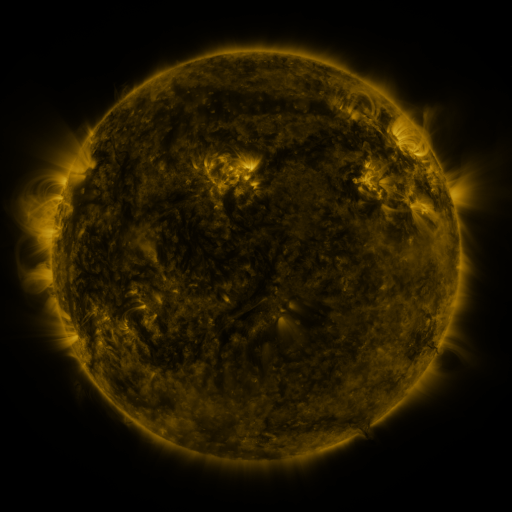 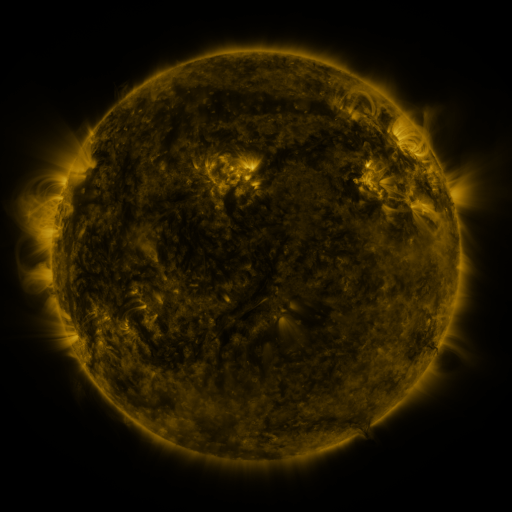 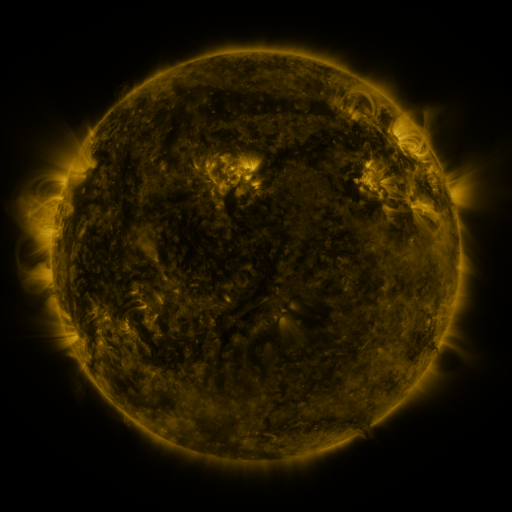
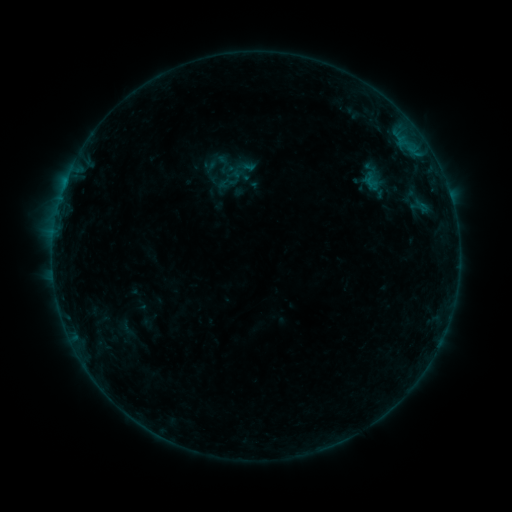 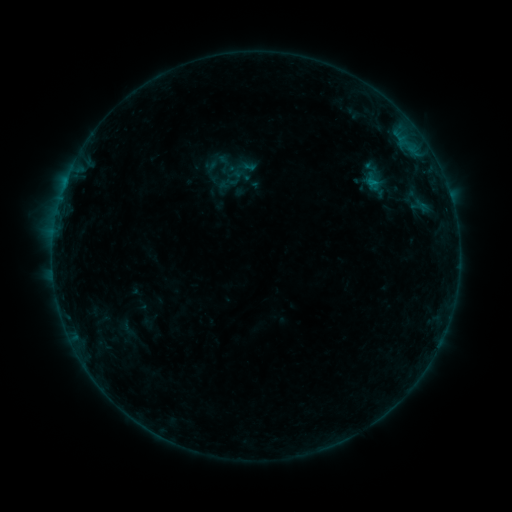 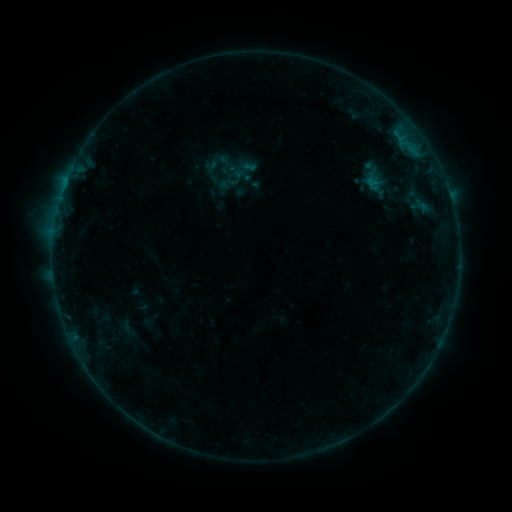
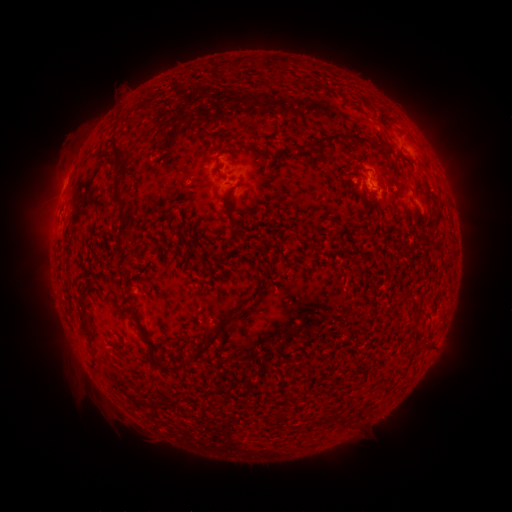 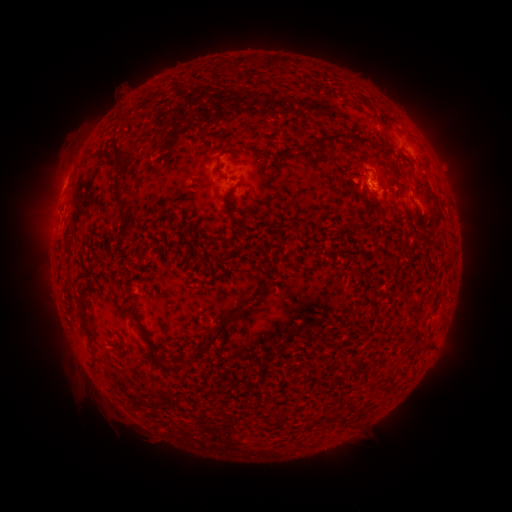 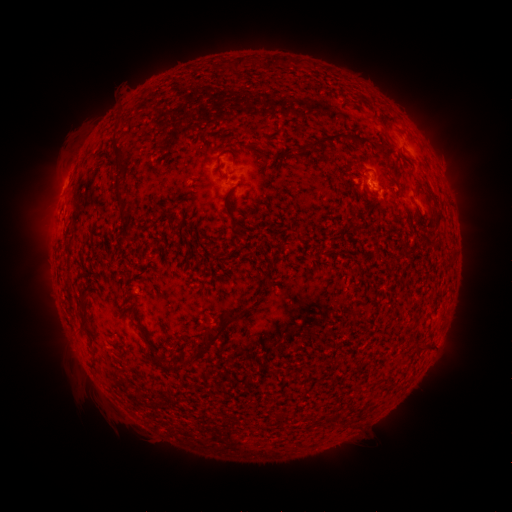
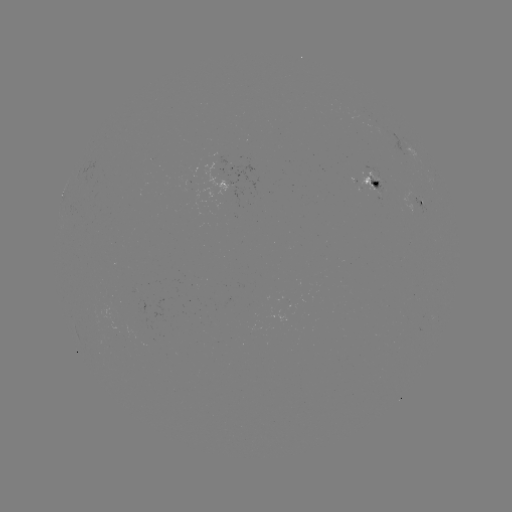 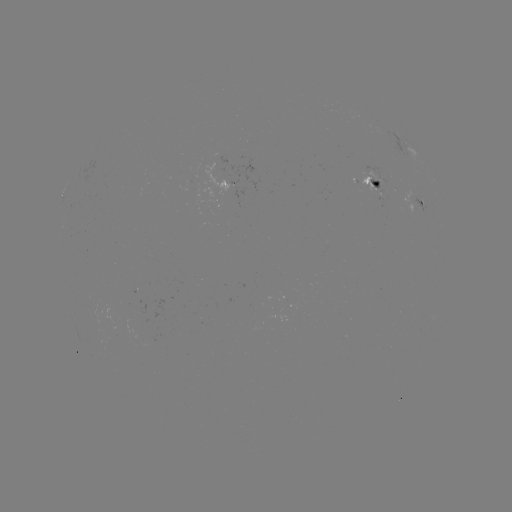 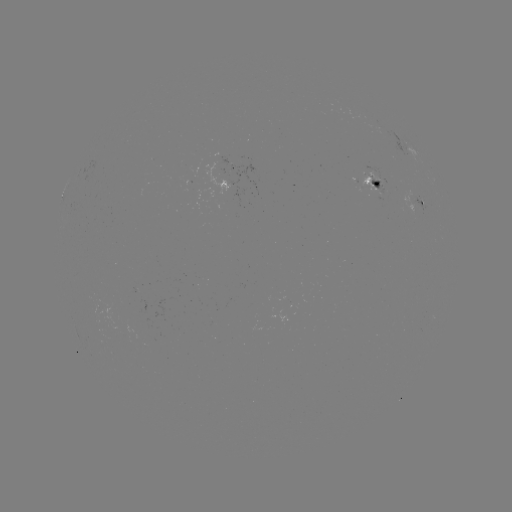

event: flare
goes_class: B3.3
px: (371, 183)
